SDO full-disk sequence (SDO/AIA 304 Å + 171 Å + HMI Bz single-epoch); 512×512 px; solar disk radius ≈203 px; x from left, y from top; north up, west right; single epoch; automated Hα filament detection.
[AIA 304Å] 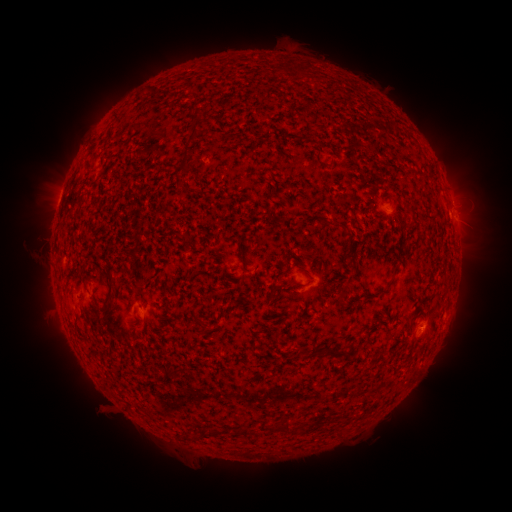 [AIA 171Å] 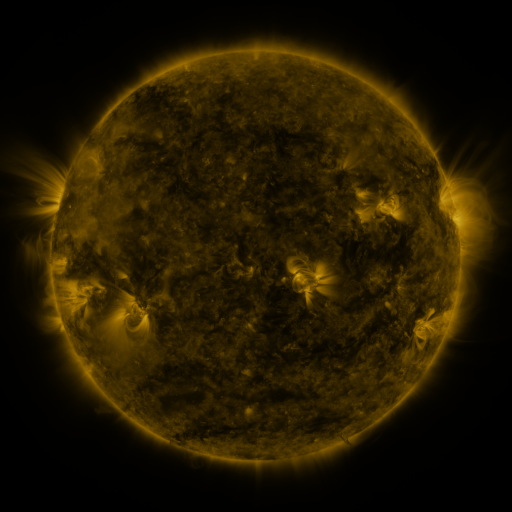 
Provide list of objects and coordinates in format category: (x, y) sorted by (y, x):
filament: (194, 129)
filament: (185, 160)
filament: (320, 222)
filament: (340, 227)
filament: (297, 284)
filament: (111, 289)
filament: (344, 290)
filament: (303, 351)
filament: (333, 355)
filament: (284, 428)
filament: (245, 431)
